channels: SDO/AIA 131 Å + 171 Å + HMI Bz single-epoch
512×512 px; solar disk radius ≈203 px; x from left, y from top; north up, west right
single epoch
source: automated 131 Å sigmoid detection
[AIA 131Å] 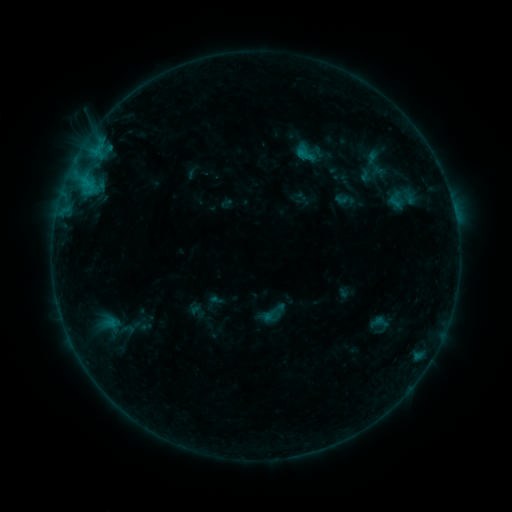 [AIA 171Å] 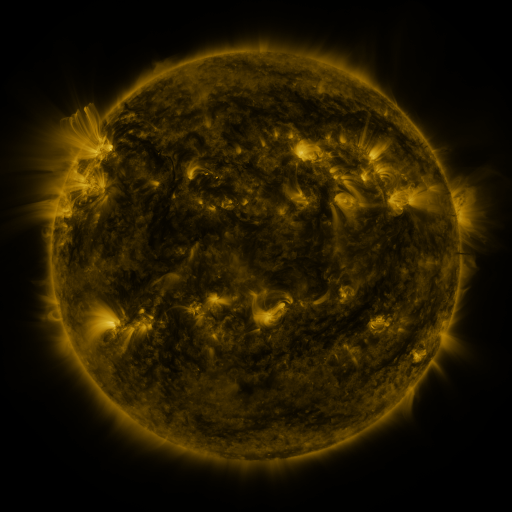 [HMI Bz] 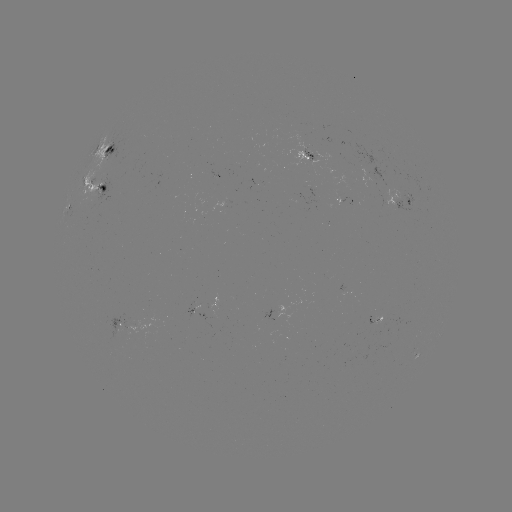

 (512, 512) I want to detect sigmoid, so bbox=[259, 298, 288, 327].